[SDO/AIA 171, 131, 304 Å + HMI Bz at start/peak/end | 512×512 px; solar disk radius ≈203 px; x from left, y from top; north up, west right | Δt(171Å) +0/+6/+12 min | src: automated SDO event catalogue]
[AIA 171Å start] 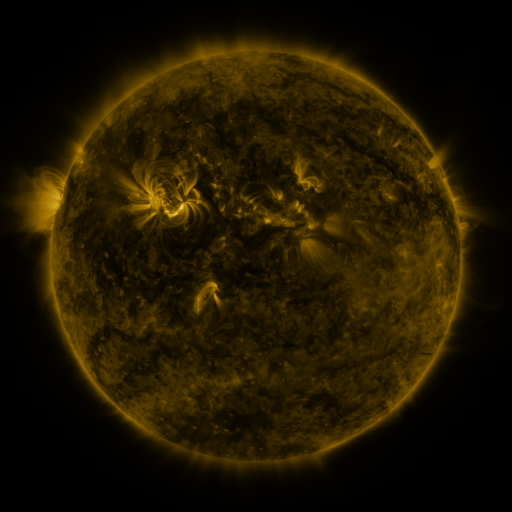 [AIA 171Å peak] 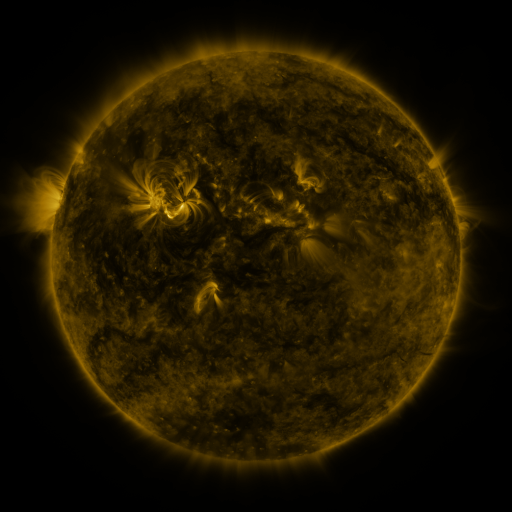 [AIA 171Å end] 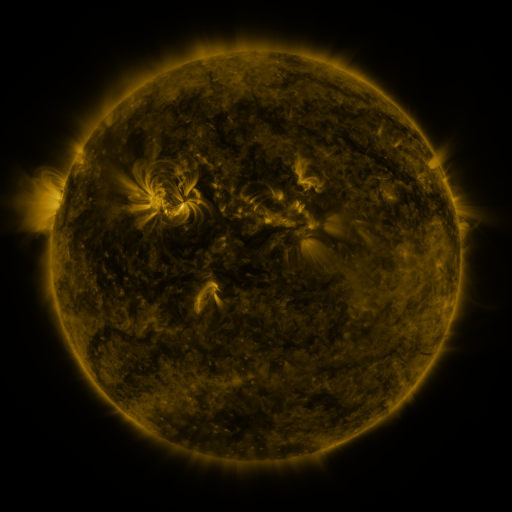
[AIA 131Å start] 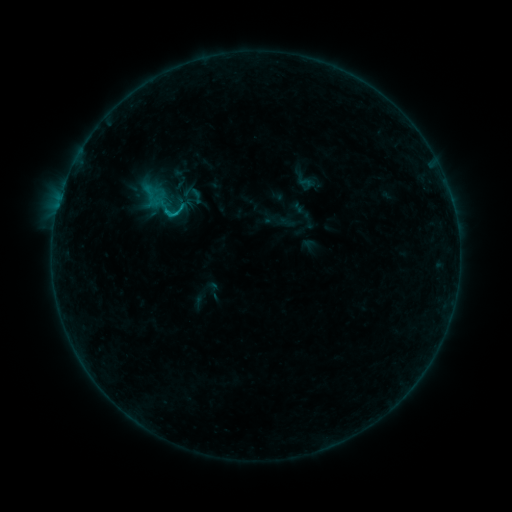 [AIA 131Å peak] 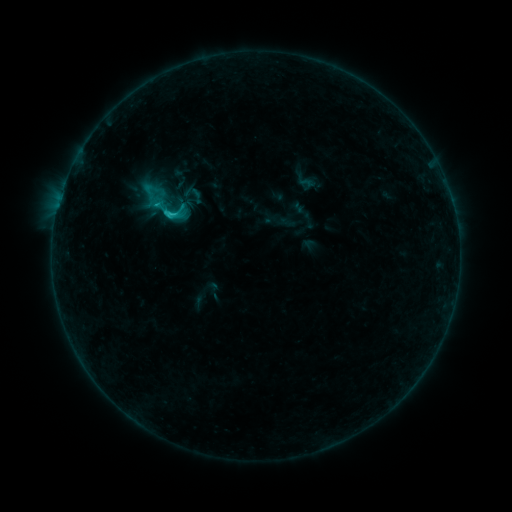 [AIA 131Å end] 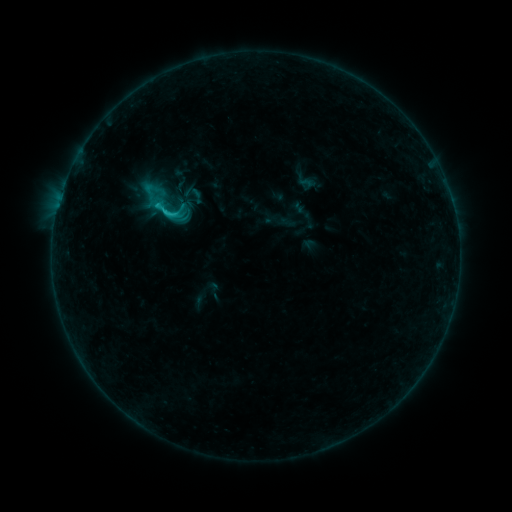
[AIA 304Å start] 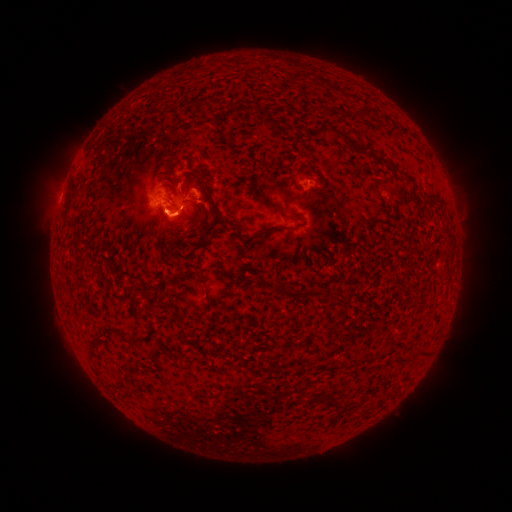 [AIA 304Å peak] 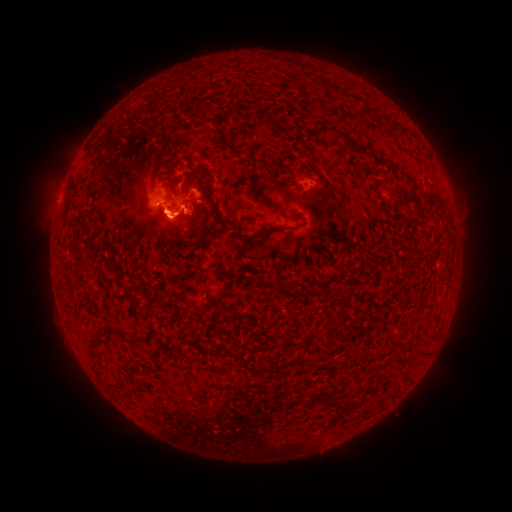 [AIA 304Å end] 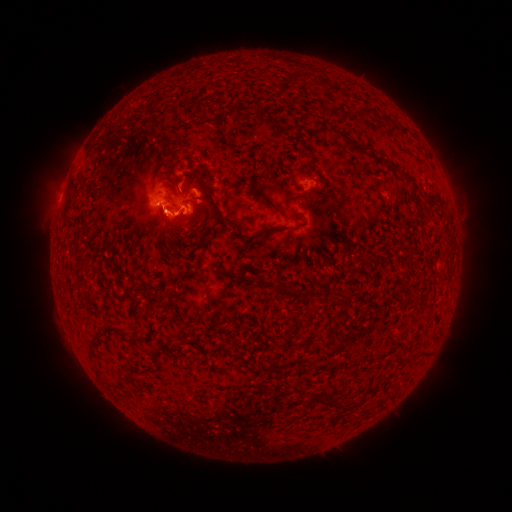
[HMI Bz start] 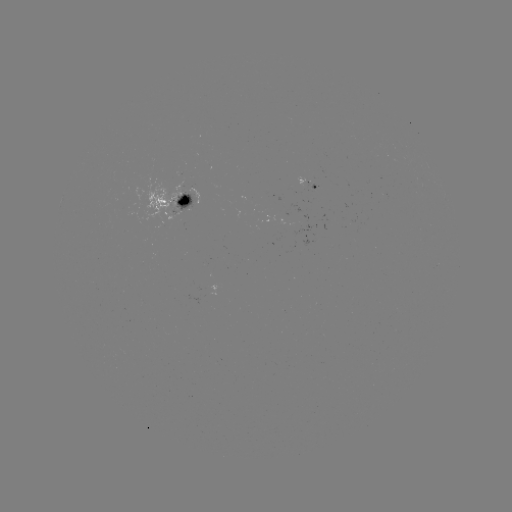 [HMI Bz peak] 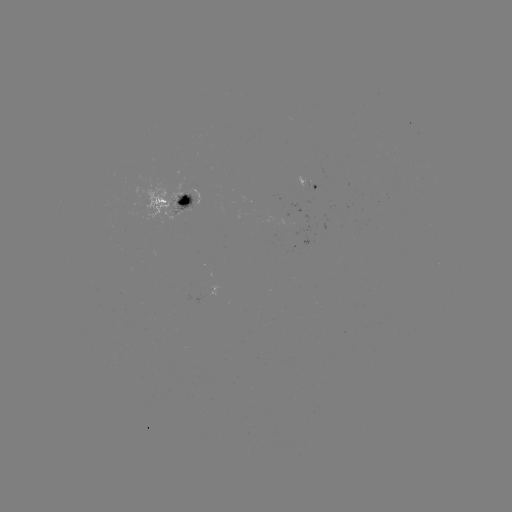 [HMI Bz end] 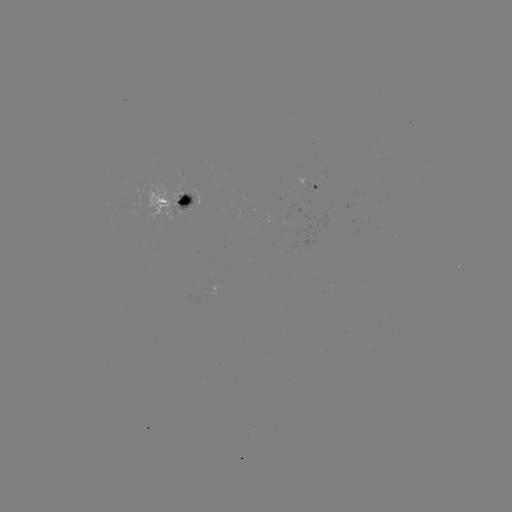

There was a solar eruption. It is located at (168, 223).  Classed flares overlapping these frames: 1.